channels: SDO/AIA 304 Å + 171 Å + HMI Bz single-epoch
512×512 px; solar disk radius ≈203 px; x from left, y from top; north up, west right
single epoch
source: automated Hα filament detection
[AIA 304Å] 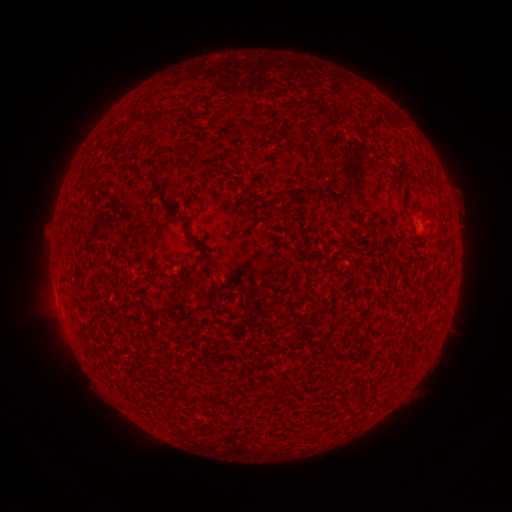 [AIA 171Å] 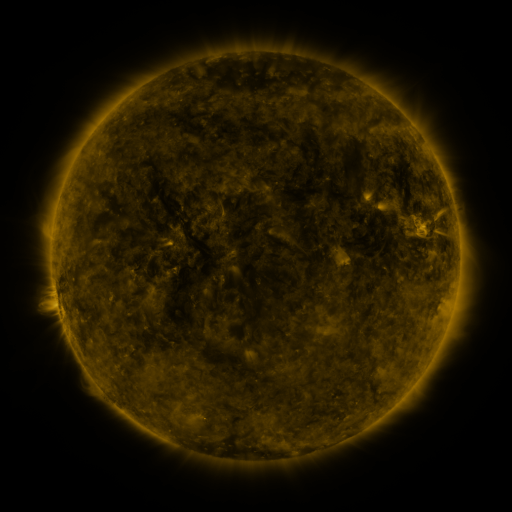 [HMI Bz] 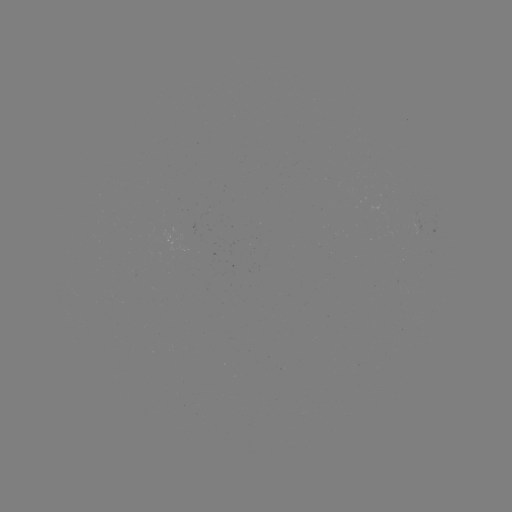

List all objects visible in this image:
filament: (161, 115)
filament: (134, 122)
filament: (240, 125)
filament: (314, 202)
filament: (181, 220)
filament: (158, 314)
